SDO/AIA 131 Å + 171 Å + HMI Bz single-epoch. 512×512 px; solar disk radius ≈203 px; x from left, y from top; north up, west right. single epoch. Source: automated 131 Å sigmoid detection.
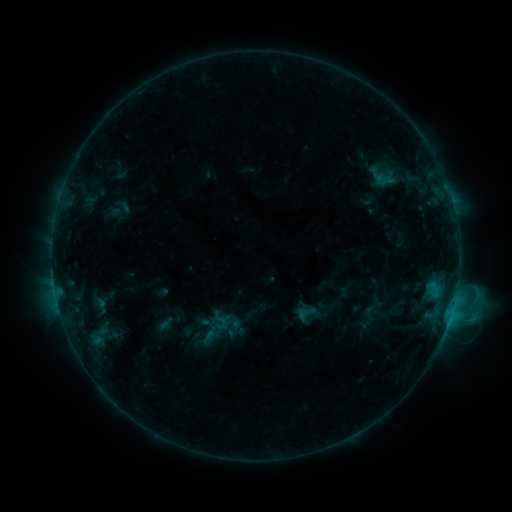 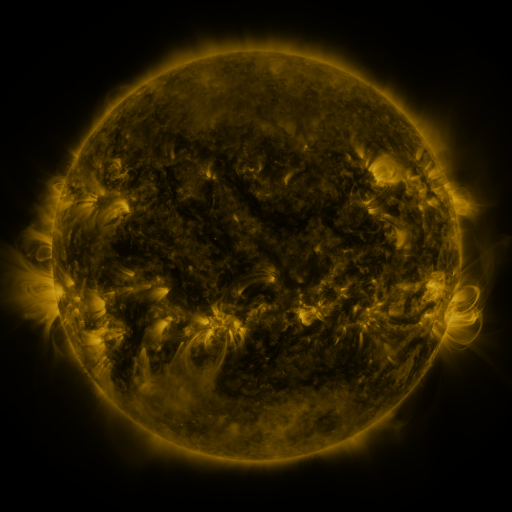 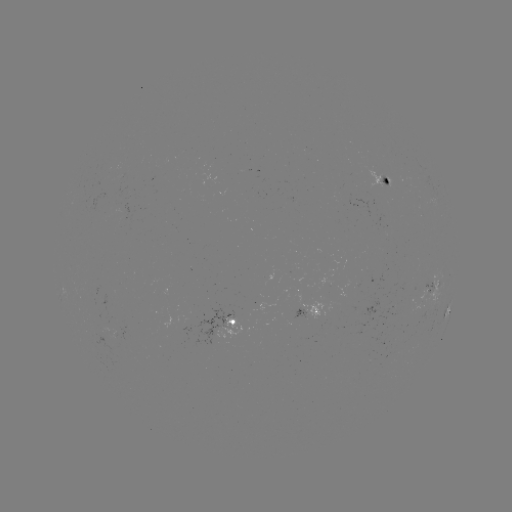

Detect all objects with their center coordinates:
sigmoid: [369, 168, 399, 192]
sigmoid: [296, 301, 317, 324]
